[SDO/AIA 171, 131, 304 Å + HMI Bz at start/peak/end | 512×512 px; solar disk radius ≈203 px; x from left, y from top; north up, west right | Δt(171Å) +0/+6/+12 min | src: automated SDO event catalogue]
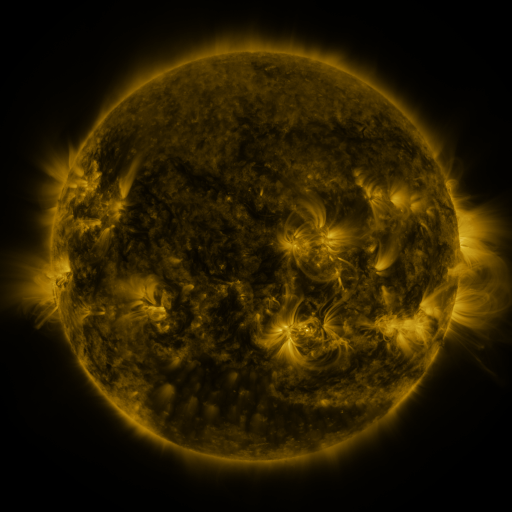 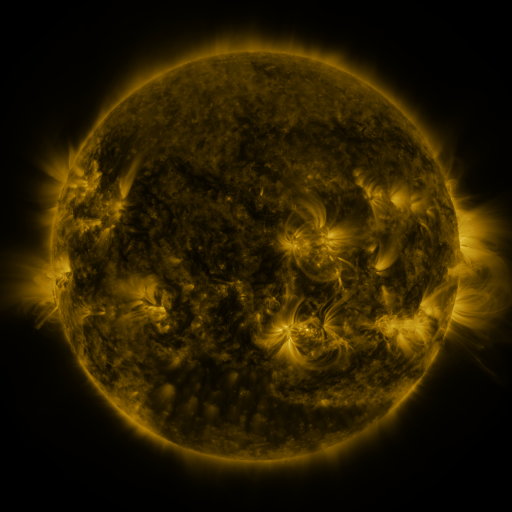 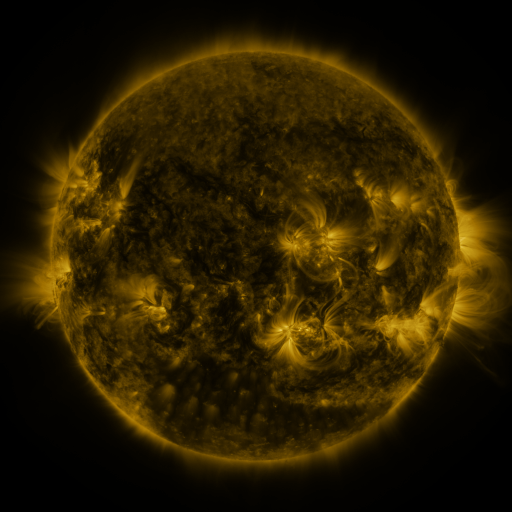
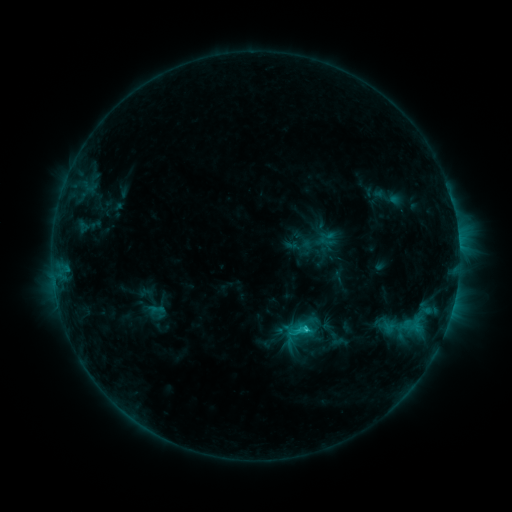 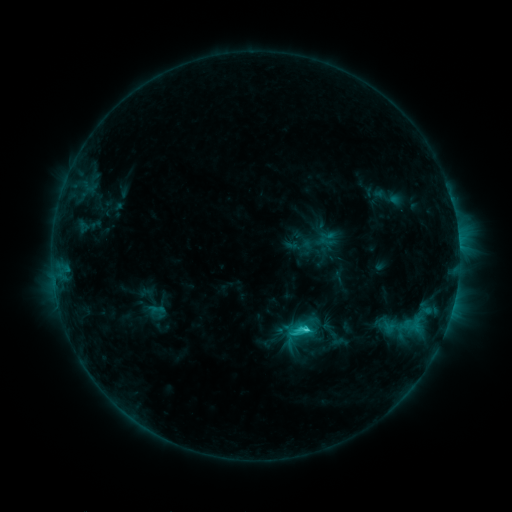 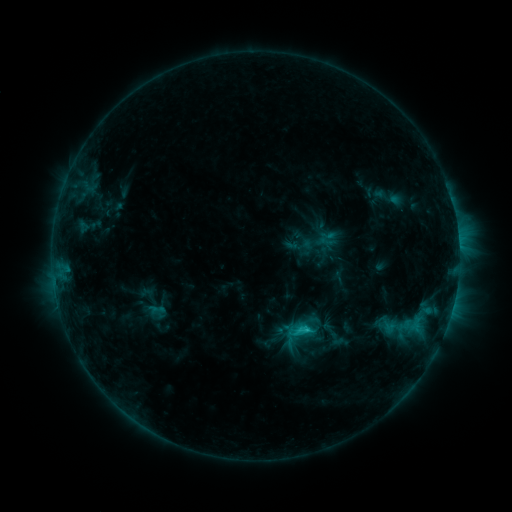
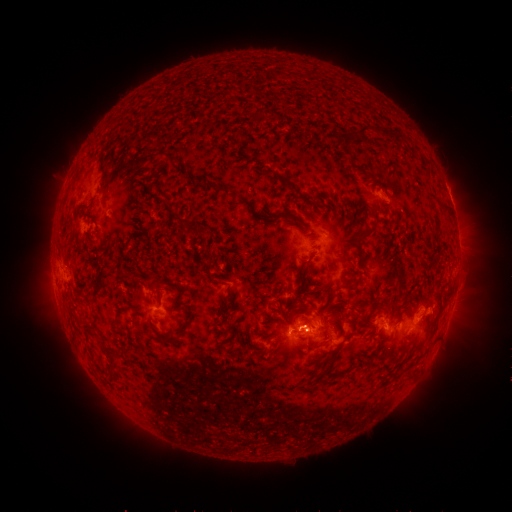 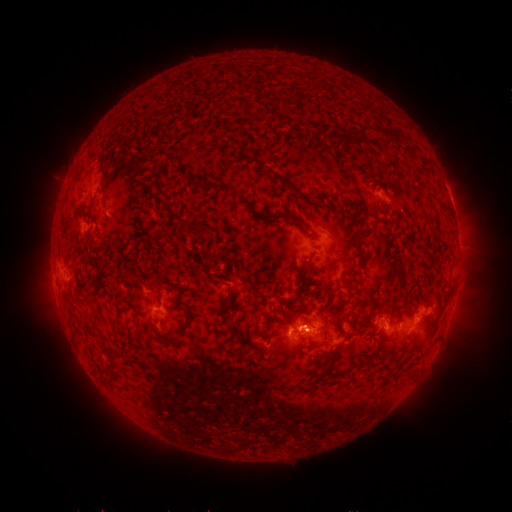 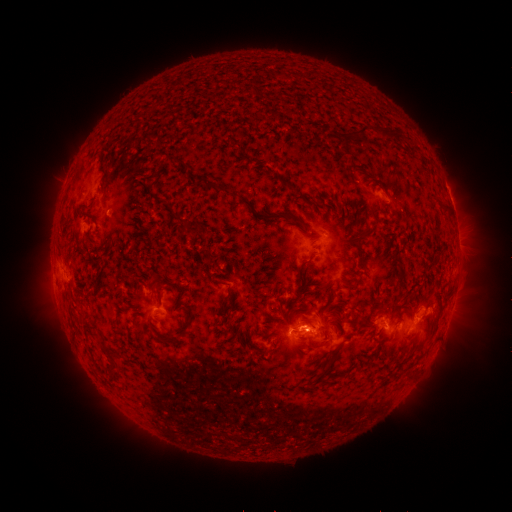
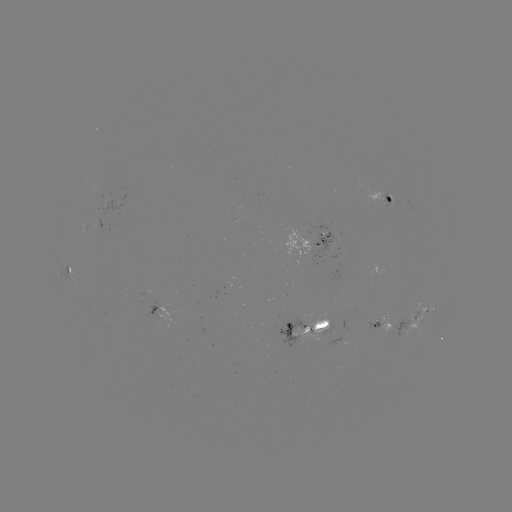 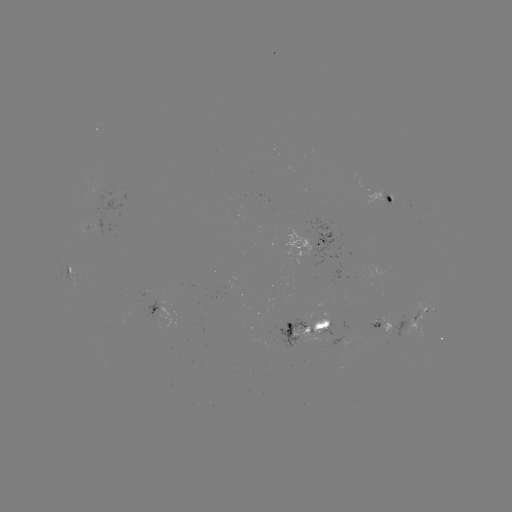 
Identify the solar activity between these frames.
C2.7 flare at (305, 327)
